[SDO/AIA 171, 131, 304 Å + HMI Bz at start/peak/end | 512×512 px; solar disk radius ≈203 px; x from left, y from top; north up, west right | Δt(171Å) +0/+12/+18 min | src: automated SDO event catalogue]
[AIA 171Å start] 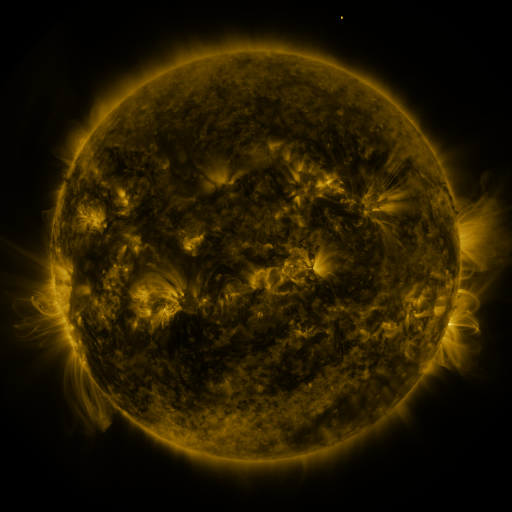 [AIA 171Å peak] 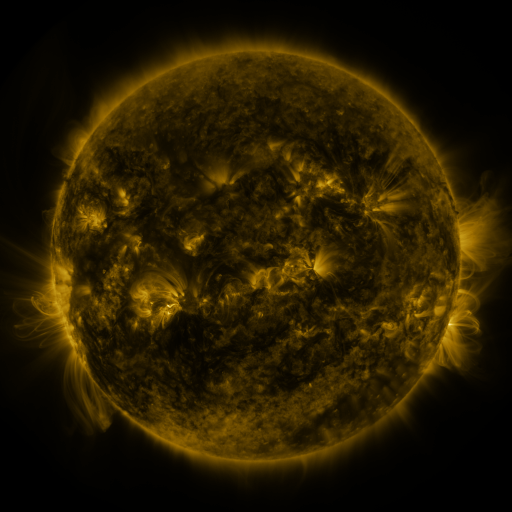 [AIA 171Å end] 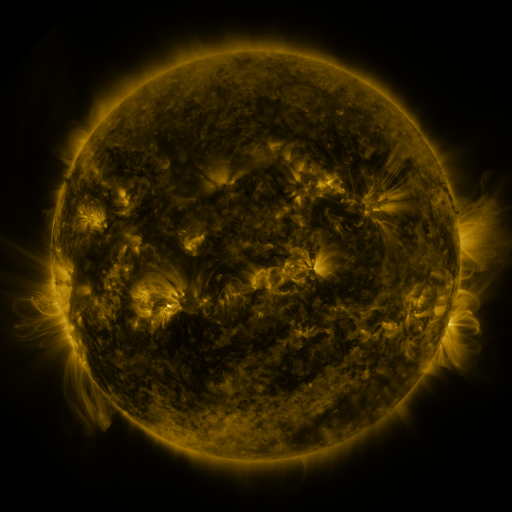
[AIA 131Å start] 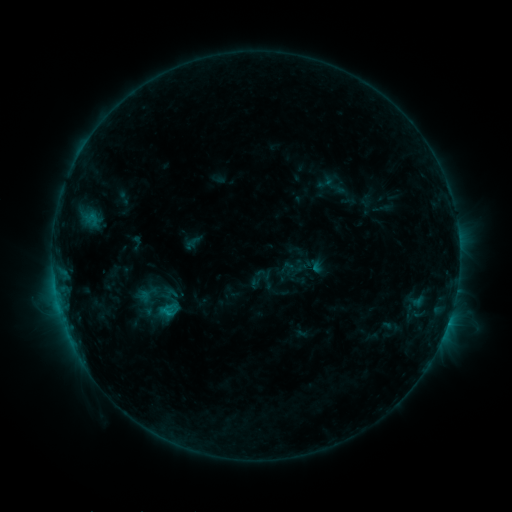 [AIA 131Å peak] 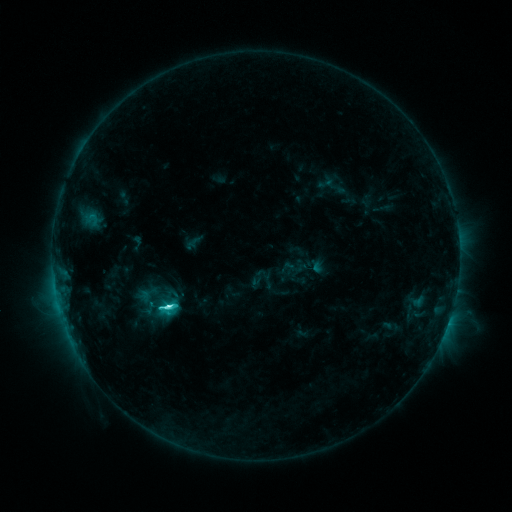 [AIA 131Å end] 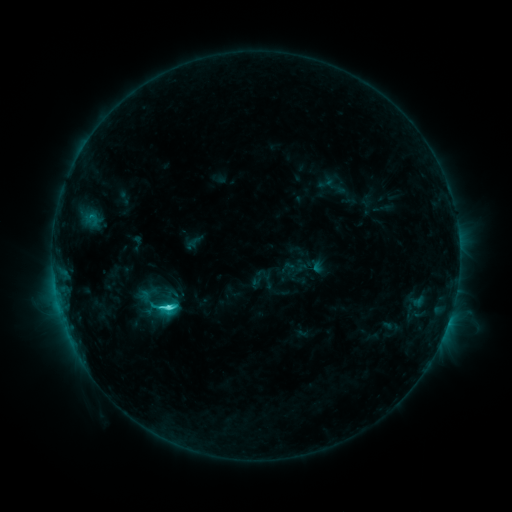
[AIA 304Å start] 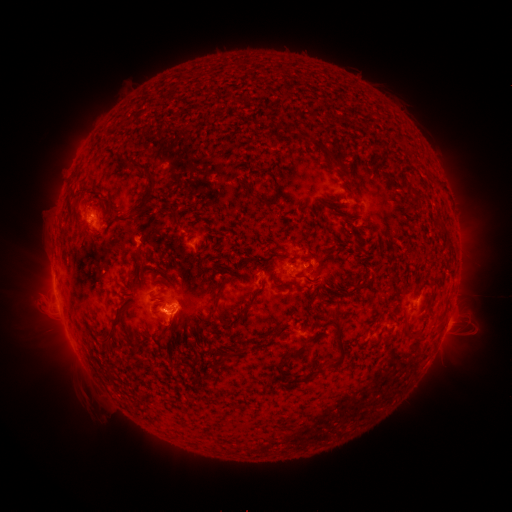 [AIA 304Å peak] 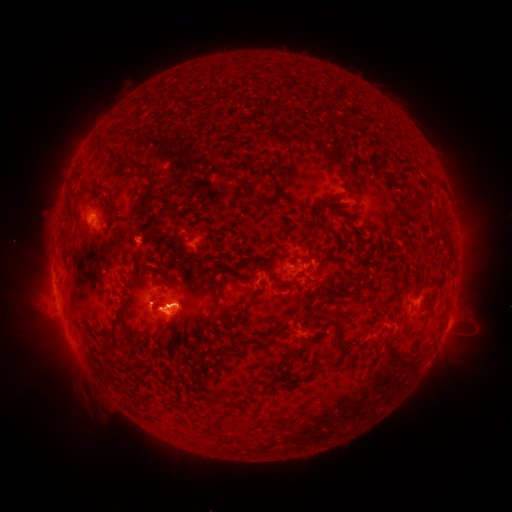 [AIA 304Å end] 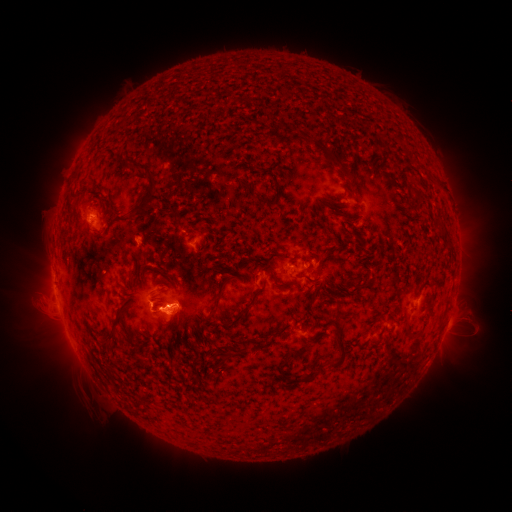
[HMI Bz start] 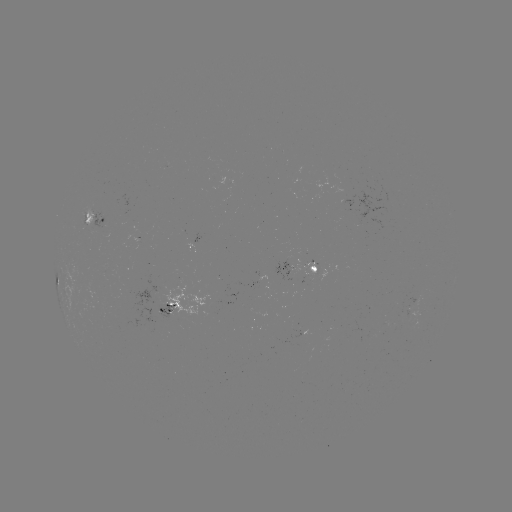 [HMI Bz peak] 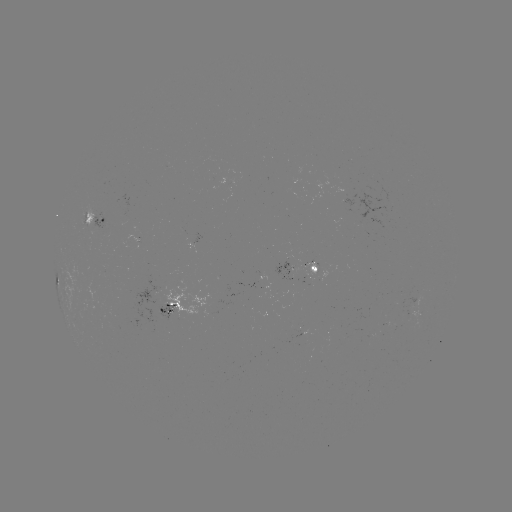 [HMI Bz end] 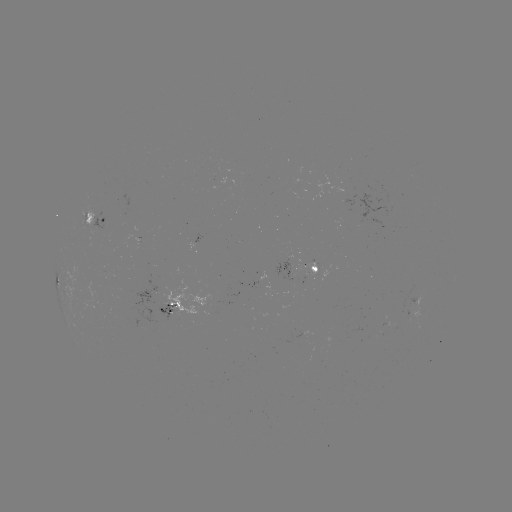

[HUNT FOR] C5.3 flare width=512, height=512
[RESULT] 169,304